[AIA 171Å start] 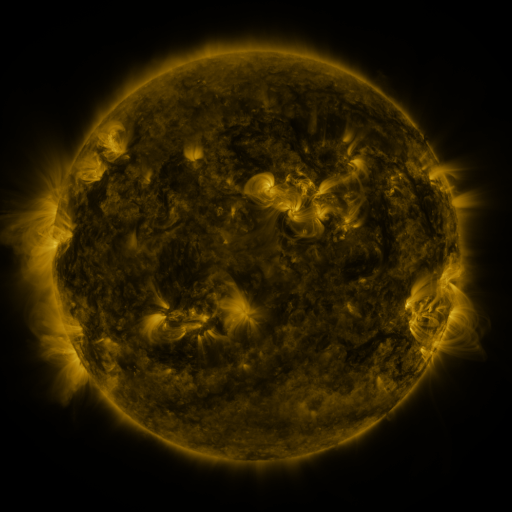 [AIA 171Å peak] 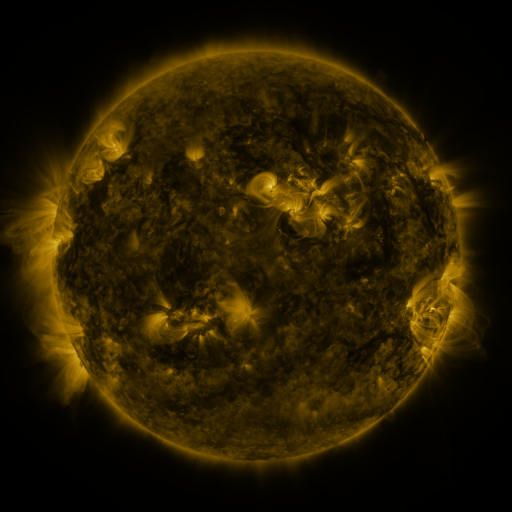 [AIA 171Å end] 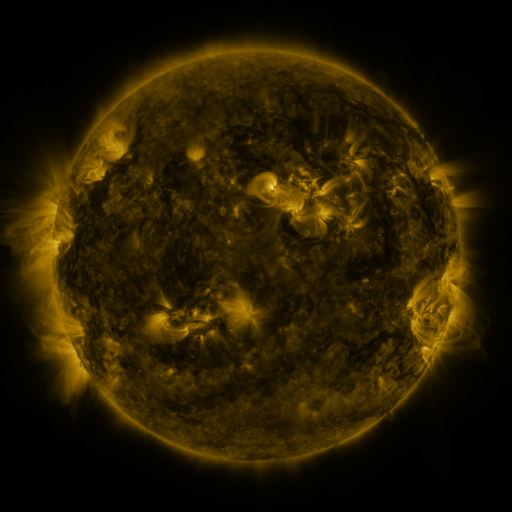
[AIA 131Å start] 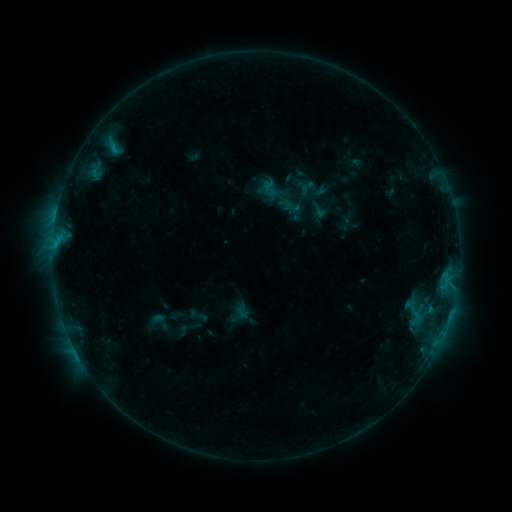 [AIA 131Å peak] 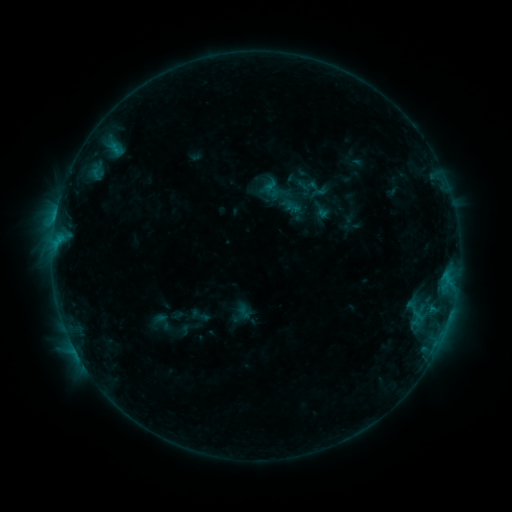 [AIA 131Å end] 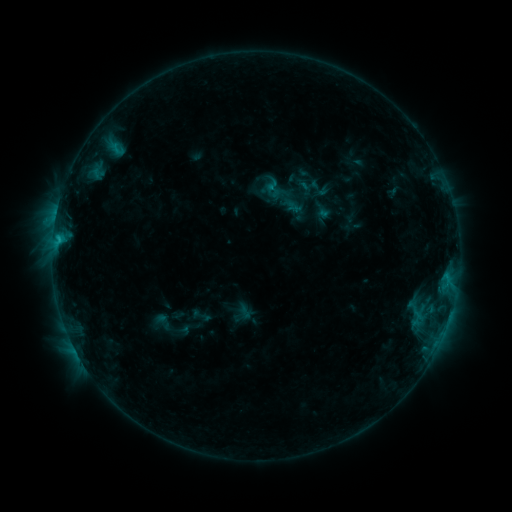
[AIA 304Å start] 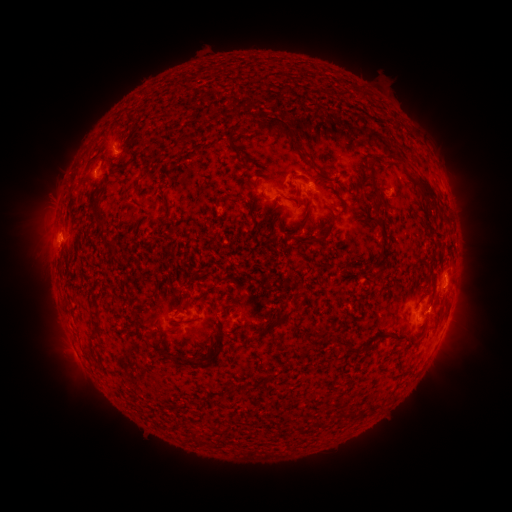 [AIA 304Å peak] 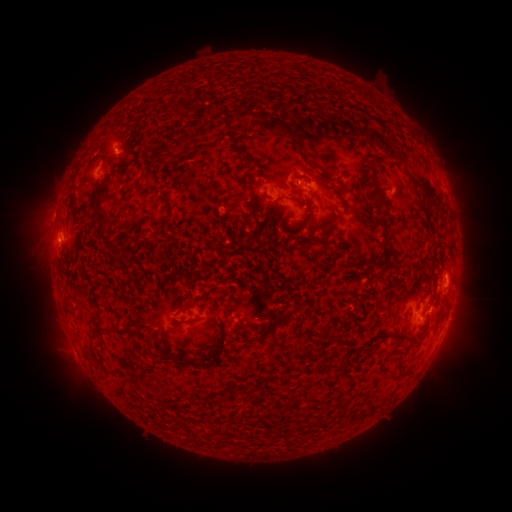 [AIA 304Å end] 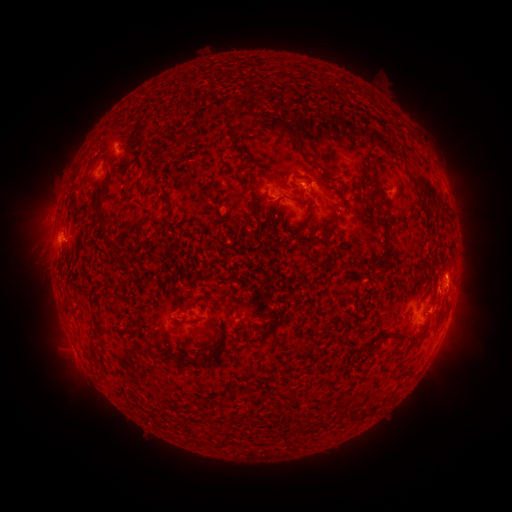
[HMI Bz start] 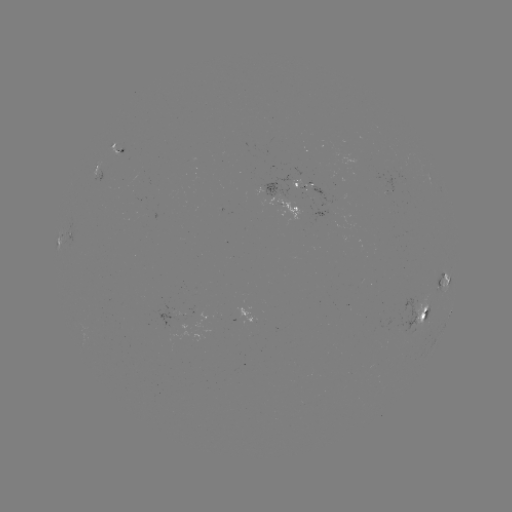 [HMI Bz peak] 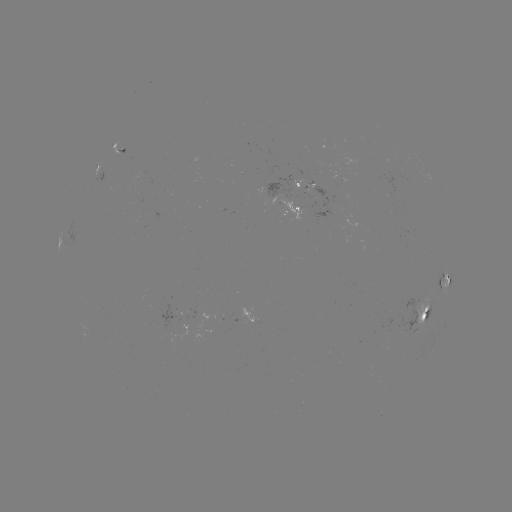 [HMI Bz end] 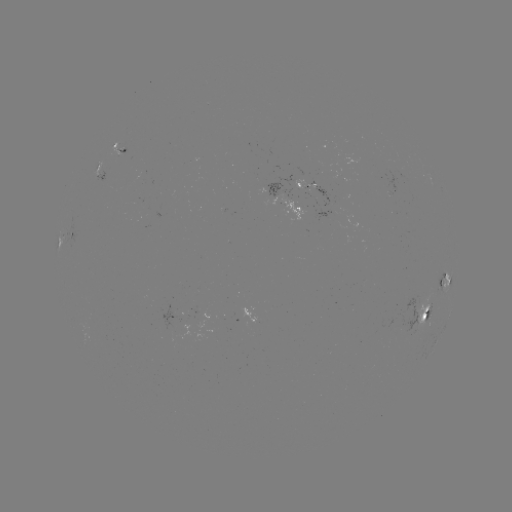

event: emerging-flux region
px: (412, 320)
